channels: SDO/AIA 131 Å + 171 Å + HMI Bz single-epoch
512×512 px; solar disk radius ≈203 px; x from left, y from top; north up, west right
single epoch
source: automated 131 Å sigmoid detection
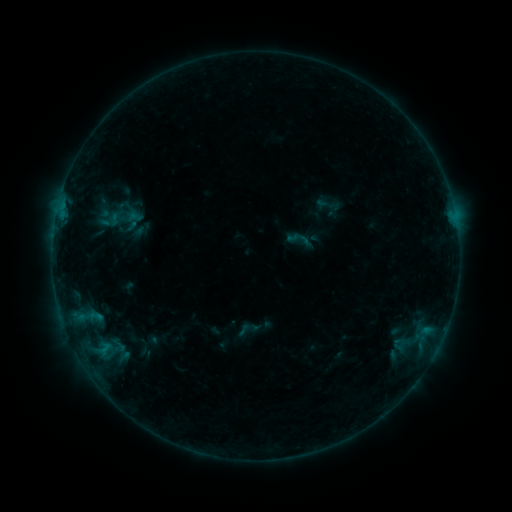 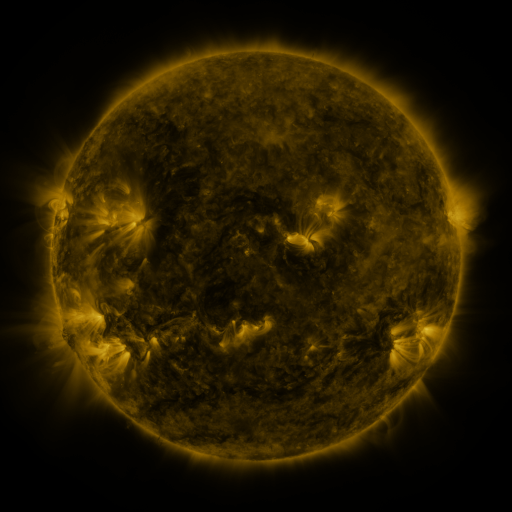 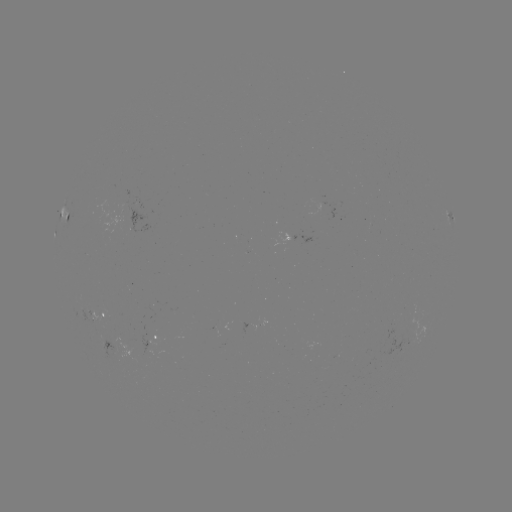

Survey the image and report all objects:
sigmoid: (326, 205)
sigmoid: (299, 240)
